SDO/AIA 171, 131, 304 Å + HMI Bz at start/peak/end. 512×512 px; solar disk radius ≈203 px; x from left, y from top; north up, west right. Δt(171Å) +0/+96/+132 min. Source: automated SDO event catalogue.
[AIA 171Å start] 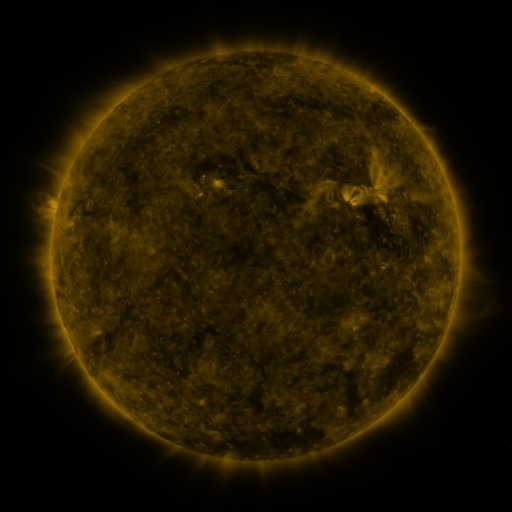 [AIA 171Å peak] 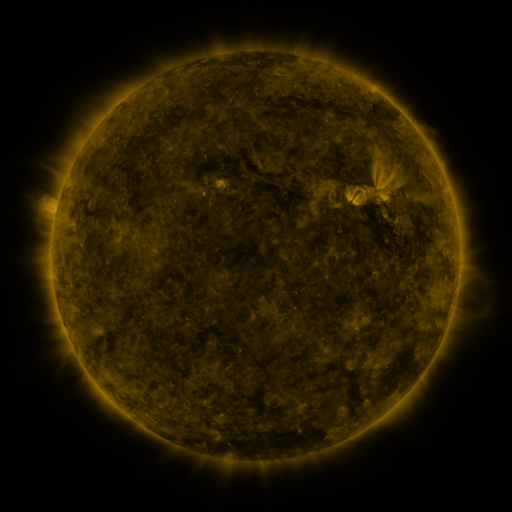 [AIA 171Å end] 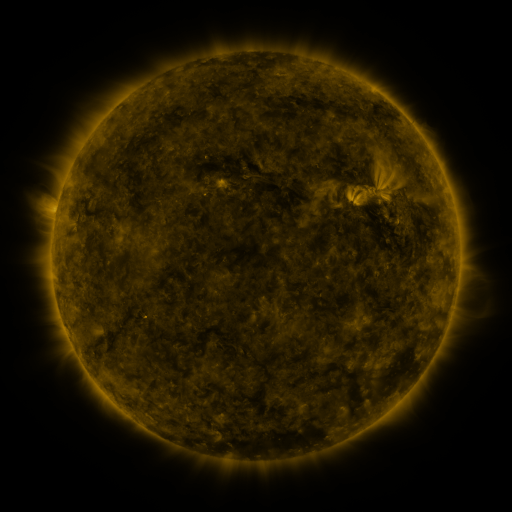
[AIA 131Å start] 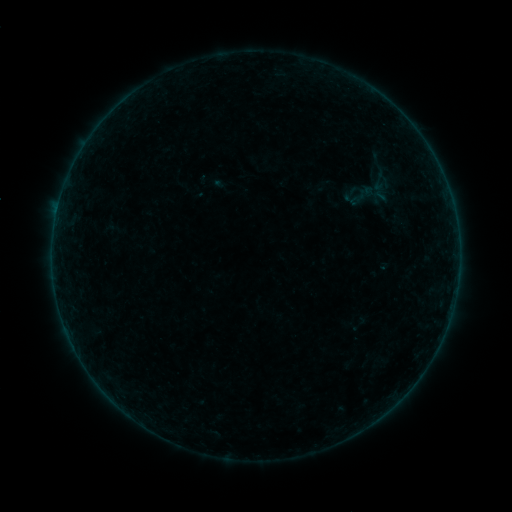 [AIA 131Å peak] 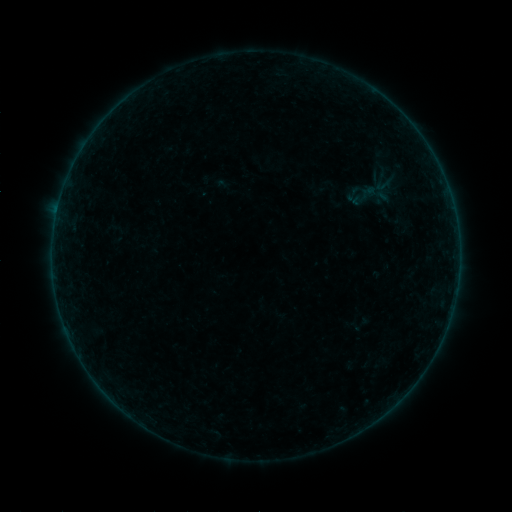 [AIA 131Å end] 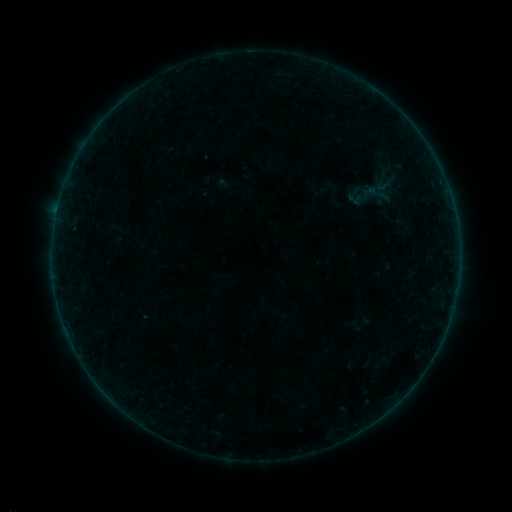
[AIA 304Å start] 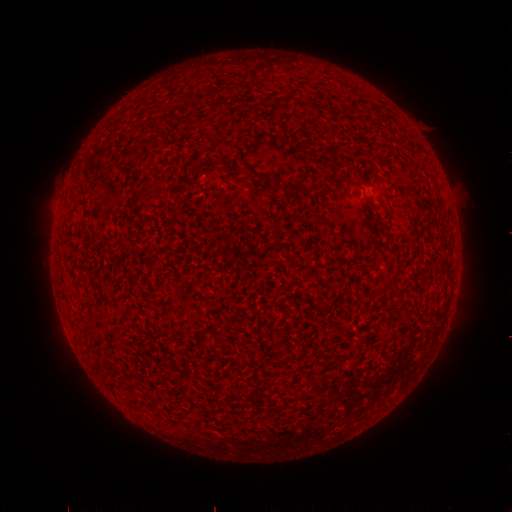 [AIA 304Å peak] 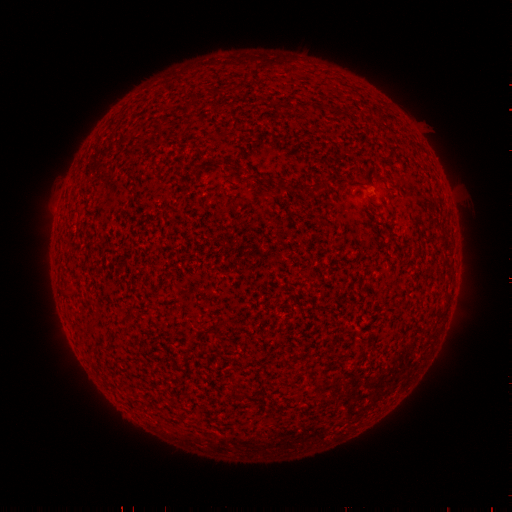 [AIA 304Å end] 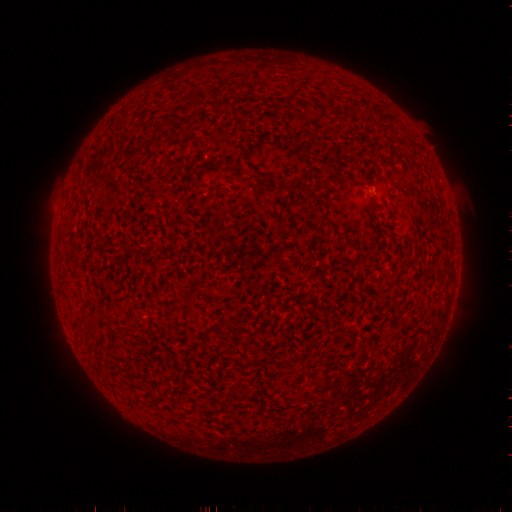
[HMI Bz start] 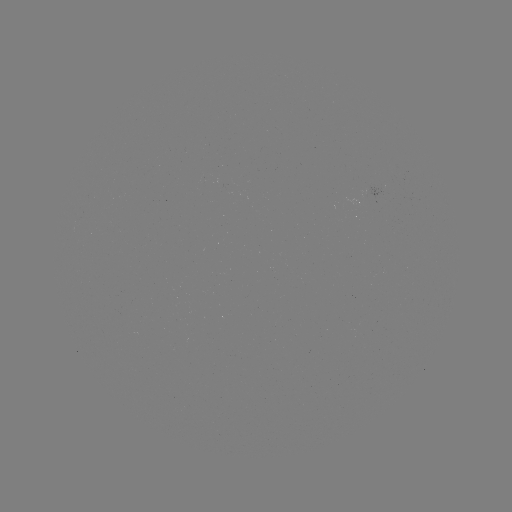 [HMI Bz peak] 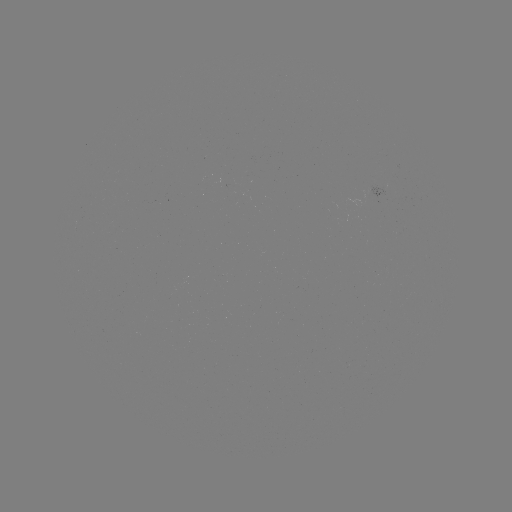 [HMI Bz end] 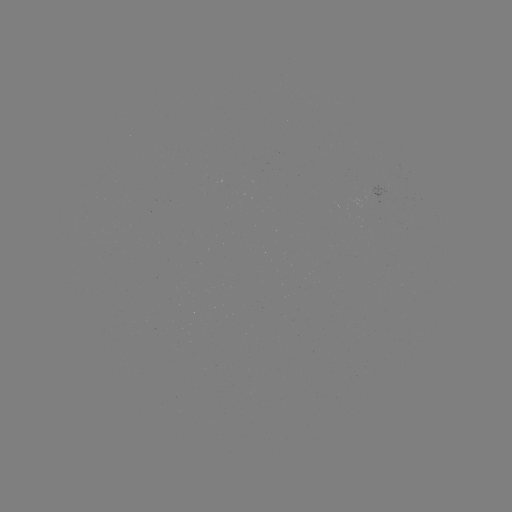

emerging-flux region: <bbox>360, 186, 385, 201</bbox>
